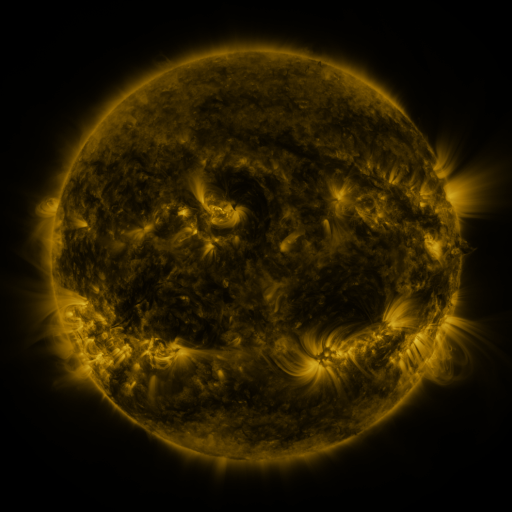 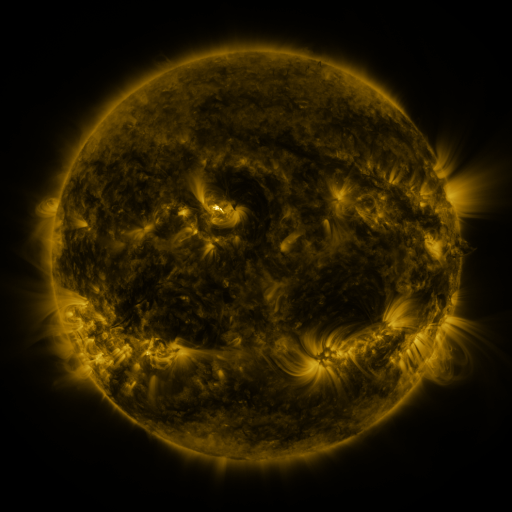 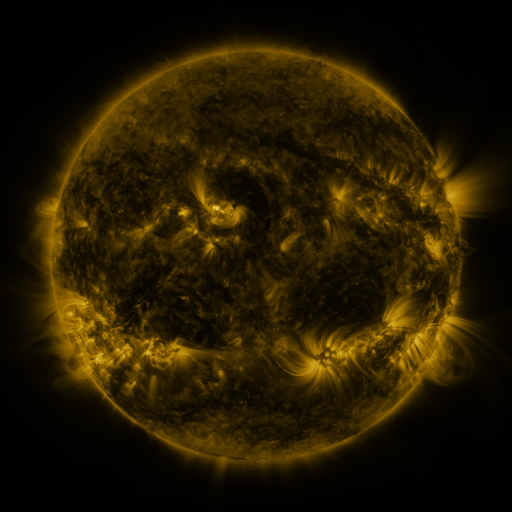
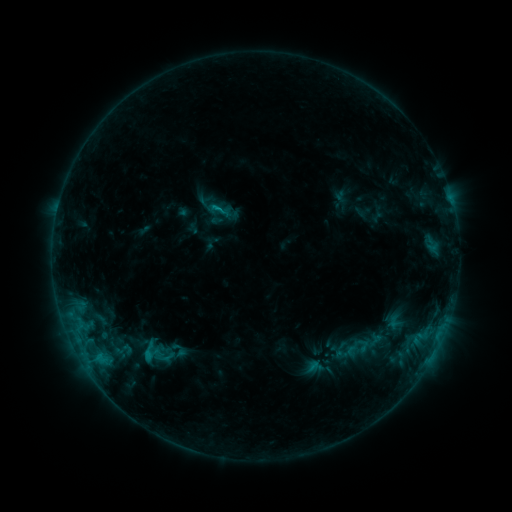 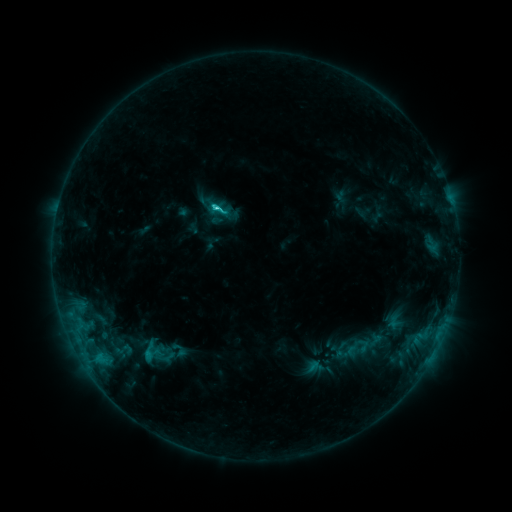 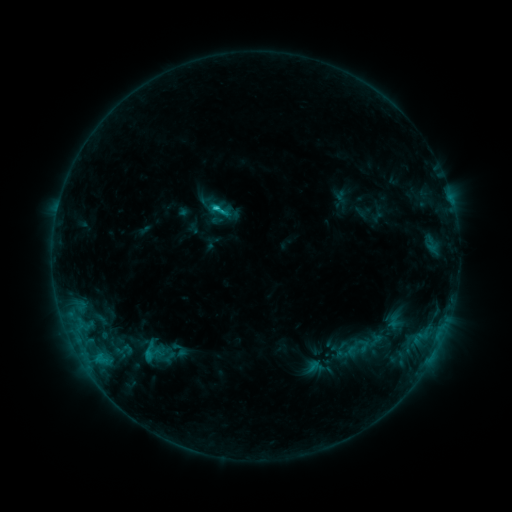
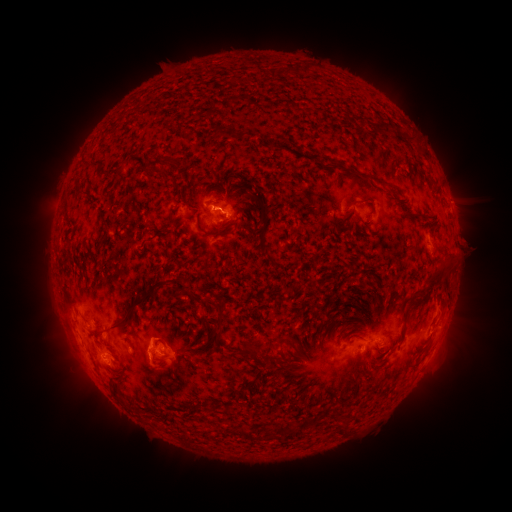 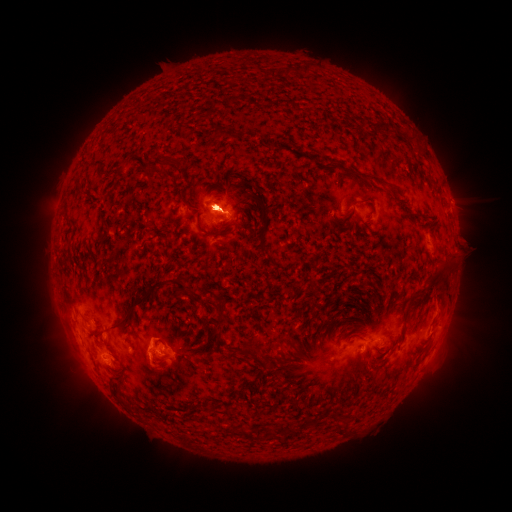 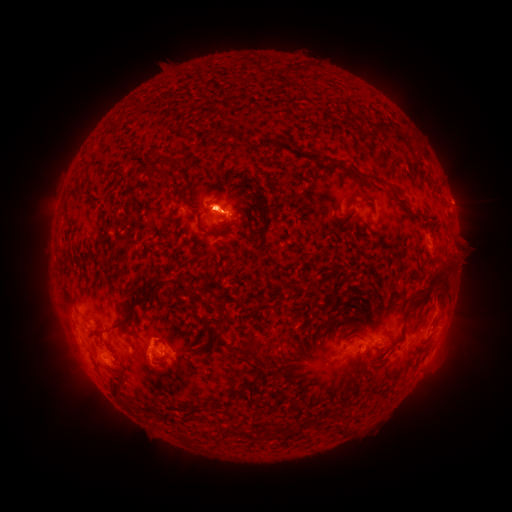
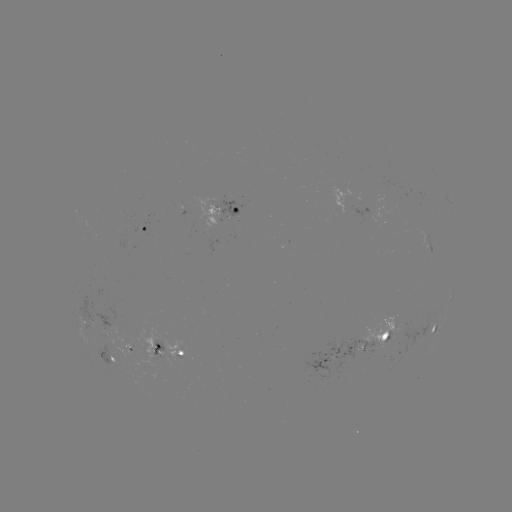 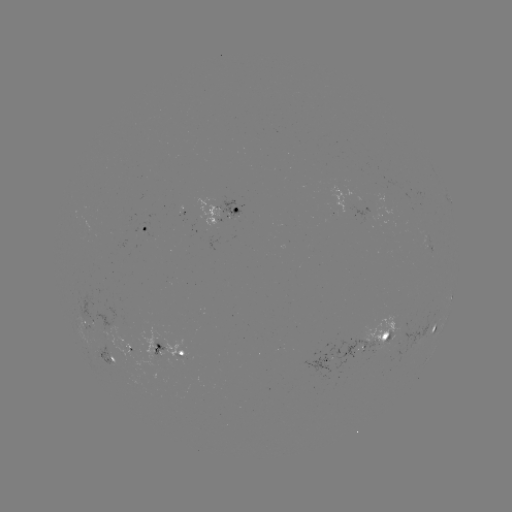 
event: eruption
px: (81, 353)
